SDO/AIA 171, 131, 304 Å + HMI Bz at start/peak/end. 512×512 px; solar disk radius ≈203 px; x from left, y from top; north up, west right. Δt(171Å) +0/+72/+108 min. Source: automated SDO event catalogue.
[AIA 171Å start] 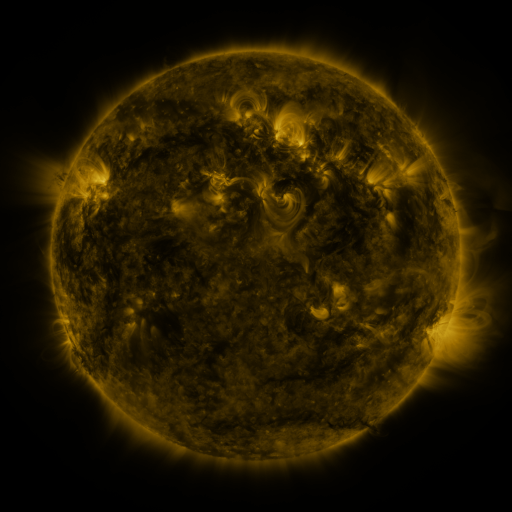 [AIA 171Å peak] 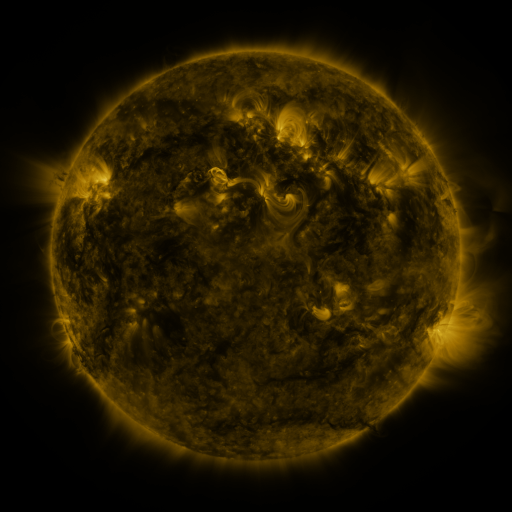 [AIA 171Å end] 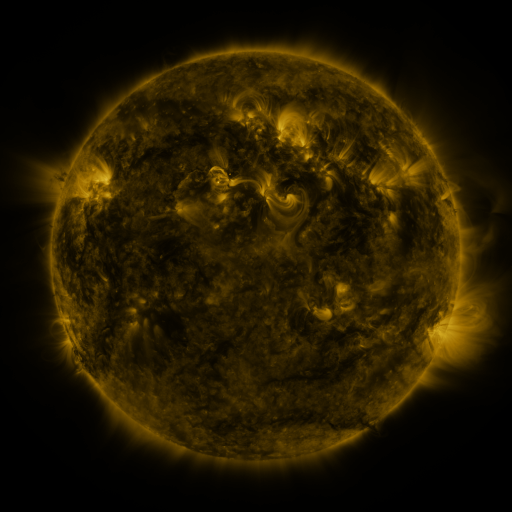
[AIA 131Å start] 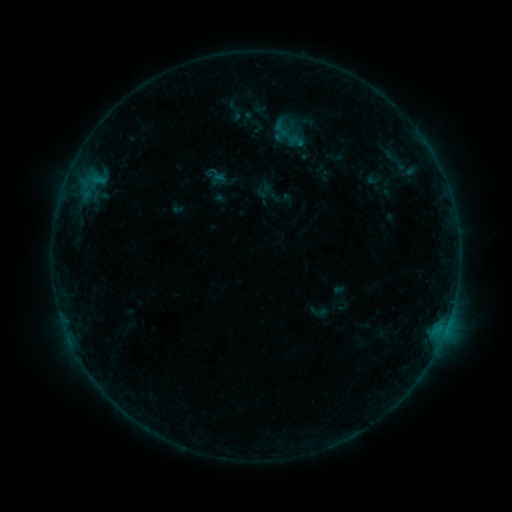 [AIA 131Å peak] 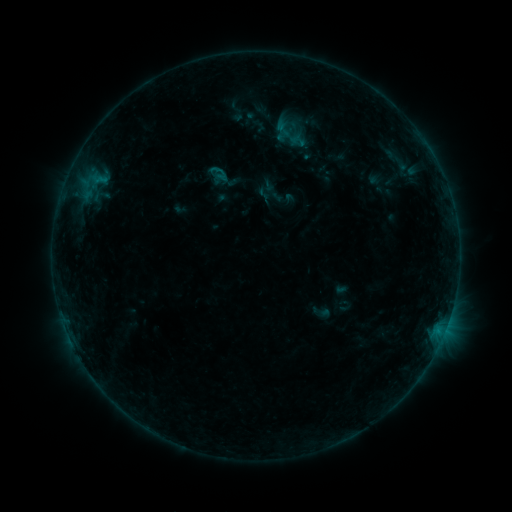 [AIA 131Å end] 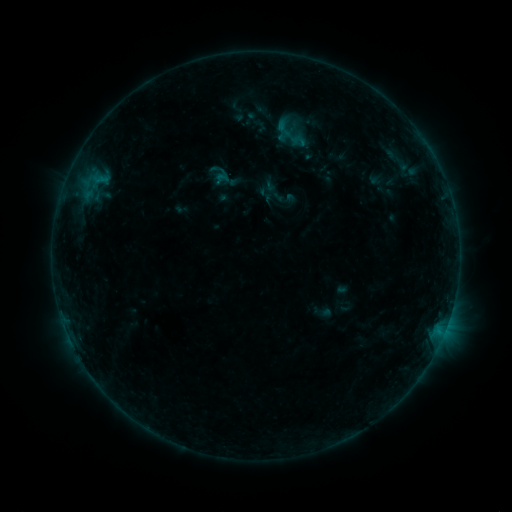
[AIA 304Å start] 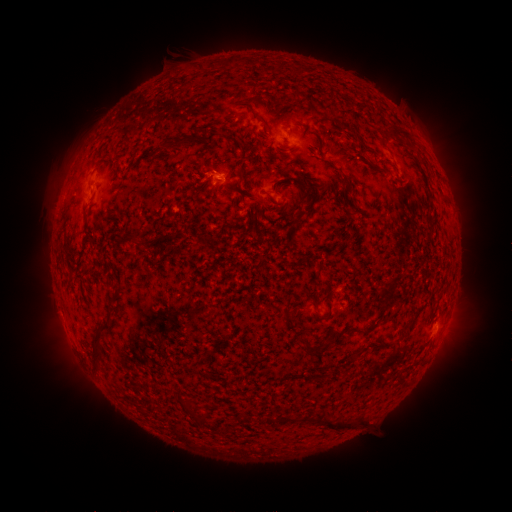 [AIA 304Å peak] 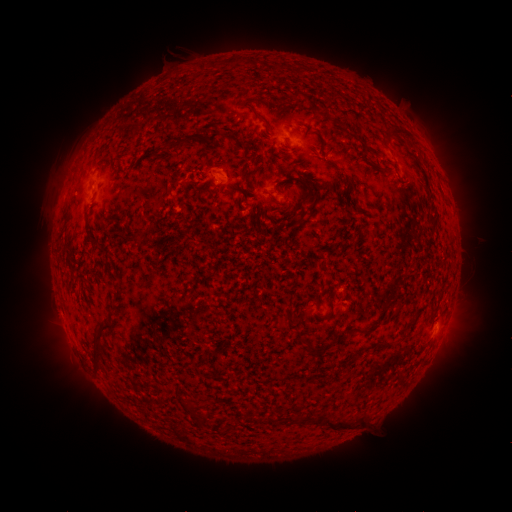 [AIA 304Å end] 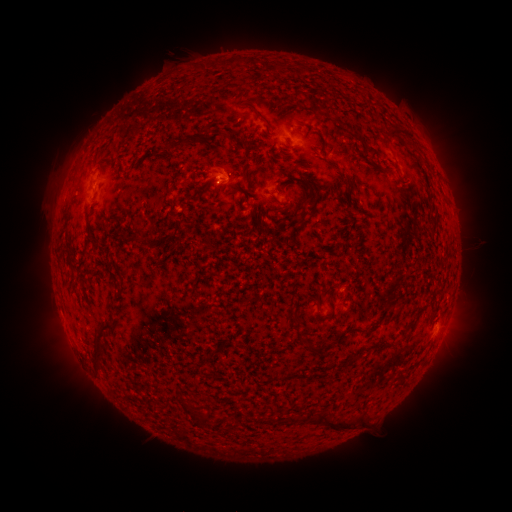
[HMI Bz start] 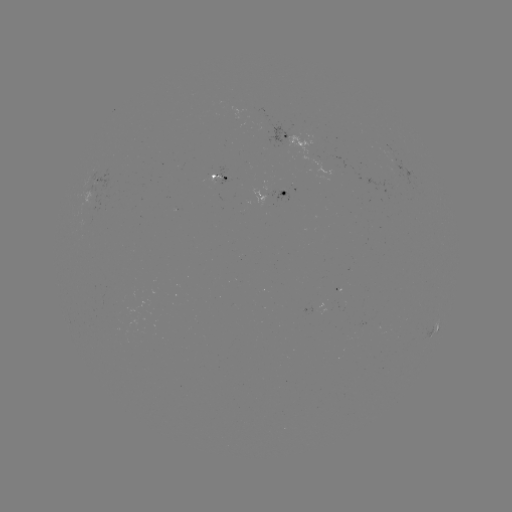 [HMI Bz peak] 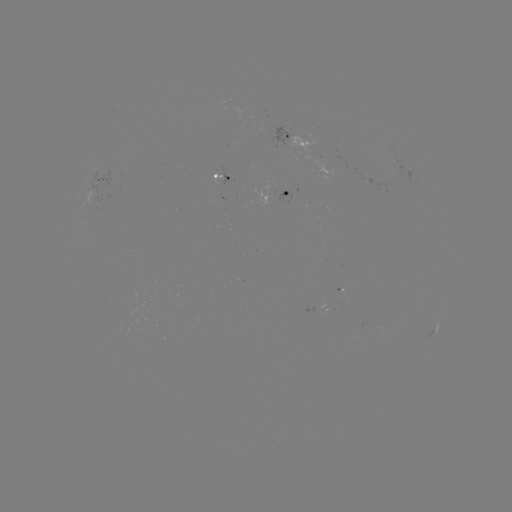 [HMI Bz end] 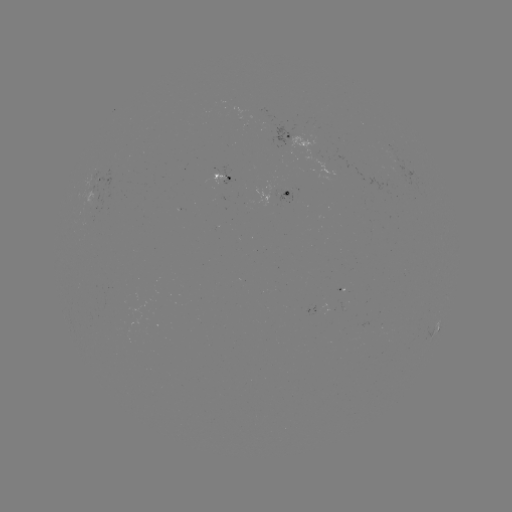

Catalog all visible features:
emerging-flux region: (95, 198)
